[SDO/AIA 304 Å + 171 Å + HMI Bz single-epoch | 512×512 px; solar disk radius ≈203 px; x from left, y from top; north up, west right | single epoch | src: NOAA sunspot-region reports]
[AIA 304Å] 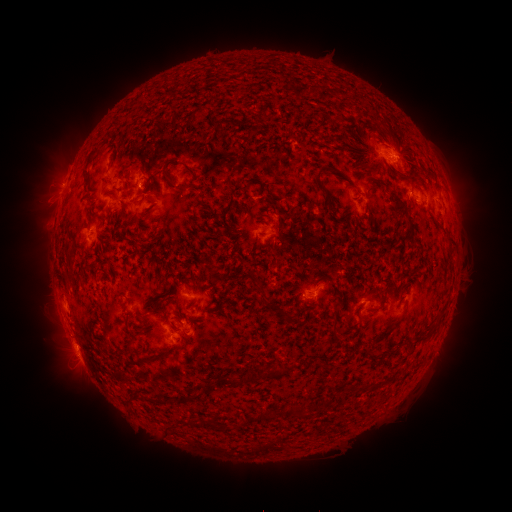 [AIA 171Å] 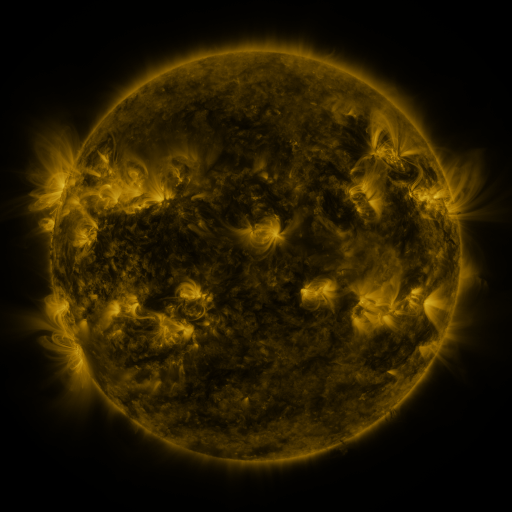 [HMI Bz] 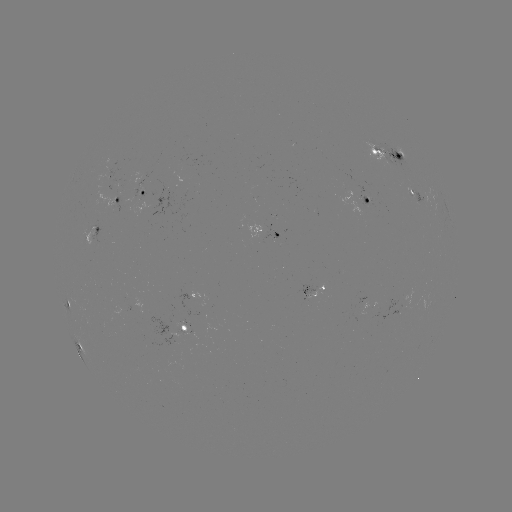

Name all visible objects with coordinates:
spotted active region: (389, 153)
spotted active region: (112, 181)
spotted active region: (143, 193)
spotted active region: (416, 193)
spotted active region: (116, 198)
spotted active region: (367, 200)
spotted active region: (273, 229)
spotted active region: (93, 230)
spotted active region: (317, 290)
spotted active region: (66, 301)
spotted active region: (186, 328)
spotted active region: (77, 342)
